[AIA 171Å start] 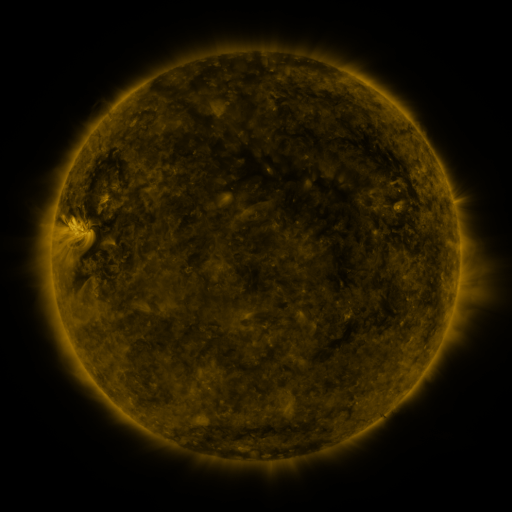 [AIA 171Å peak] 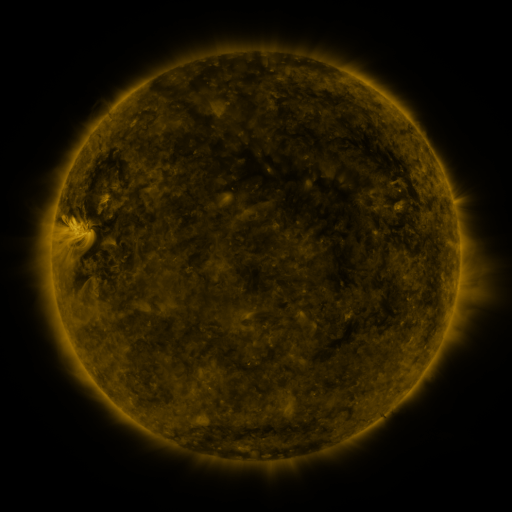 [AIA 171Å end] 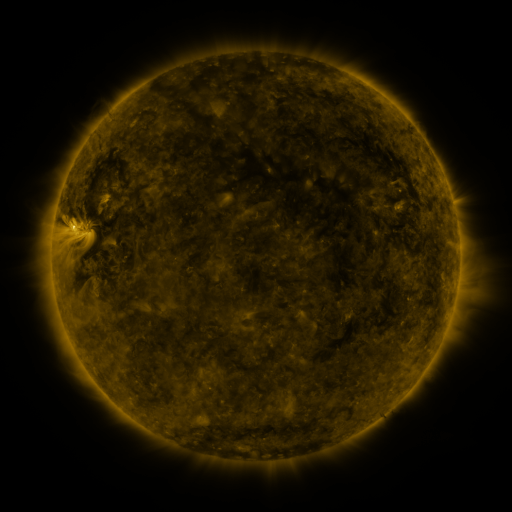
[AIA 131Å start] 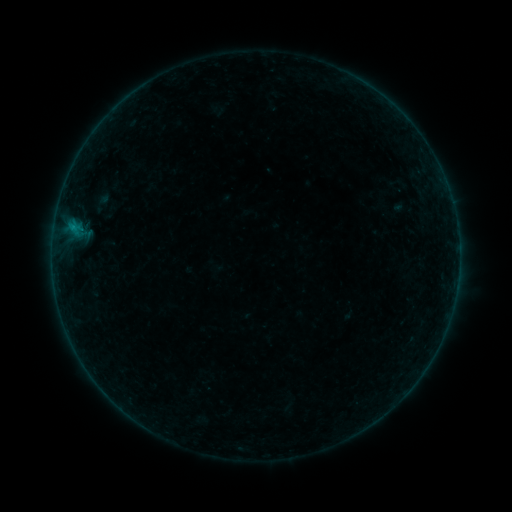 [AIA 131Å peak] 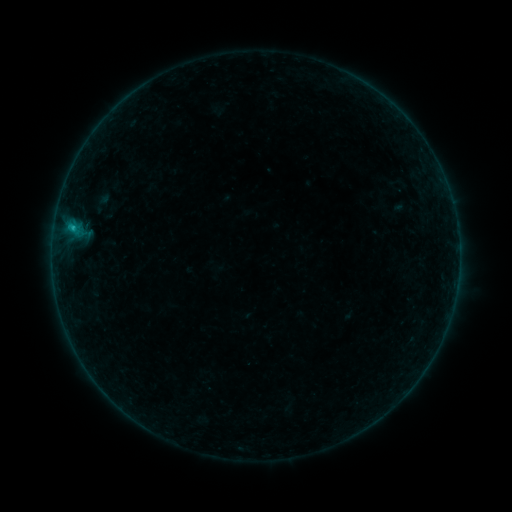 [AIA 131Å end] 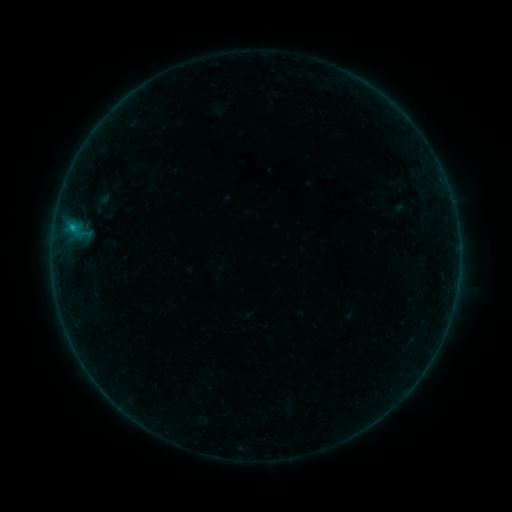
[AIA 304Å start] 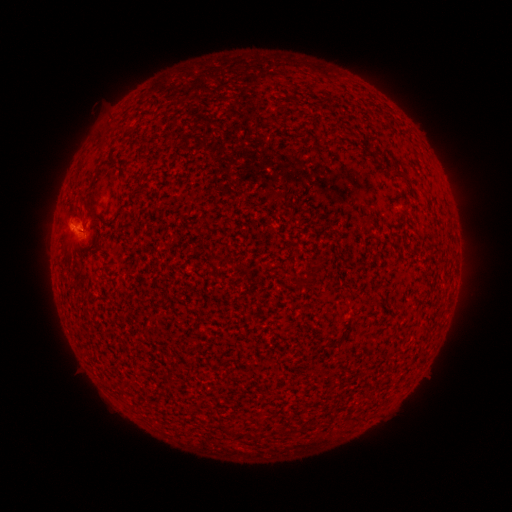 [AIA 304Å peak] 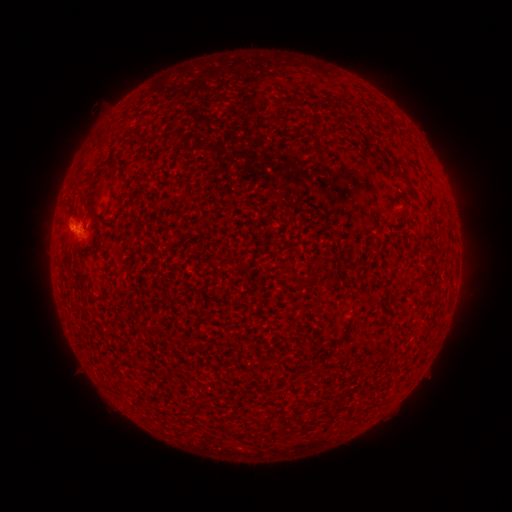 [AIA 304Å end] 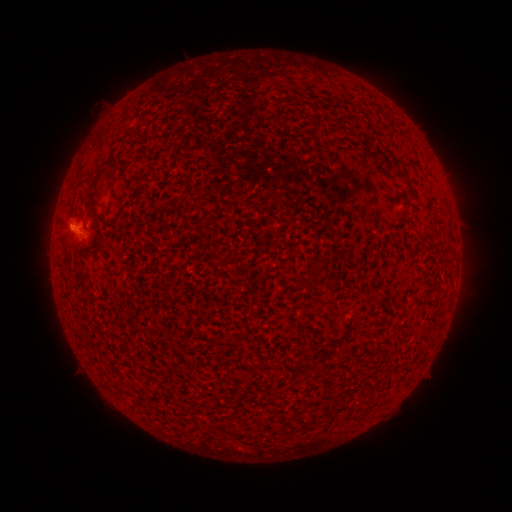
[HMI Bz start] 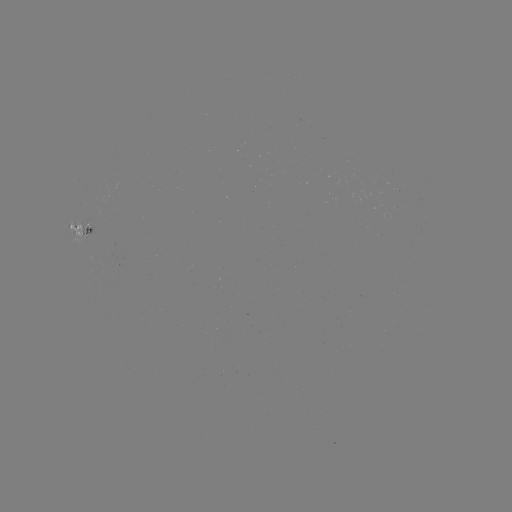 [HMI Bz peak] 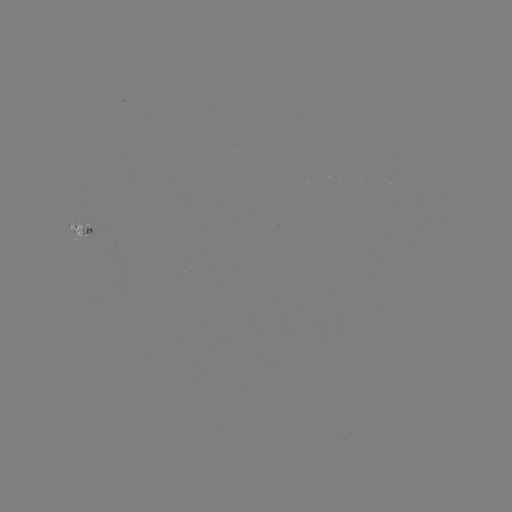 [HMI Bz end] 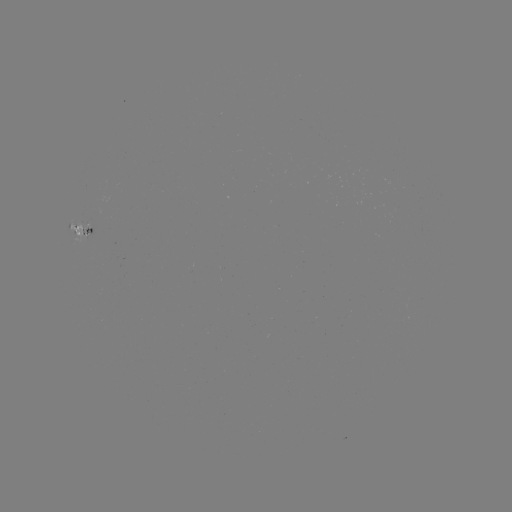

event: flare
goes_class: B3.7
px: (72, 230)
